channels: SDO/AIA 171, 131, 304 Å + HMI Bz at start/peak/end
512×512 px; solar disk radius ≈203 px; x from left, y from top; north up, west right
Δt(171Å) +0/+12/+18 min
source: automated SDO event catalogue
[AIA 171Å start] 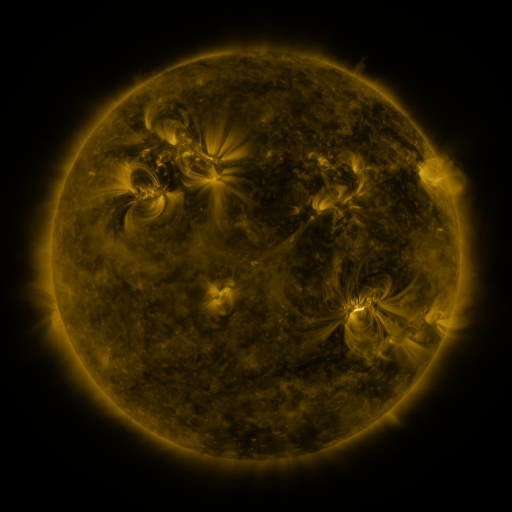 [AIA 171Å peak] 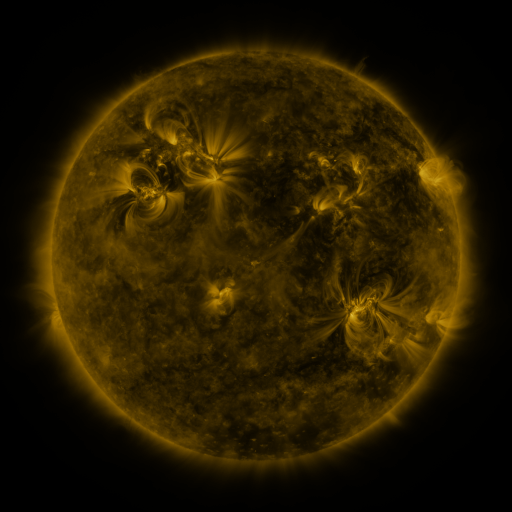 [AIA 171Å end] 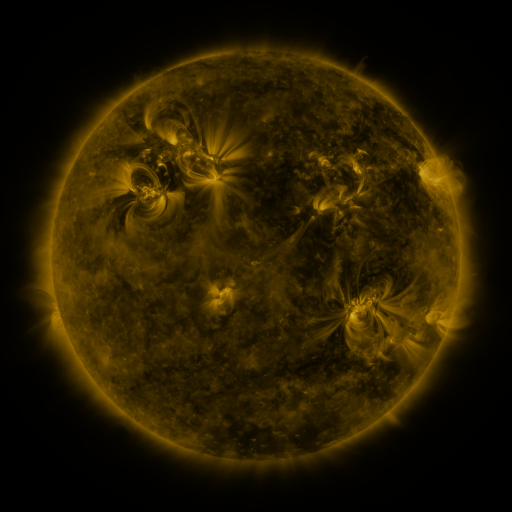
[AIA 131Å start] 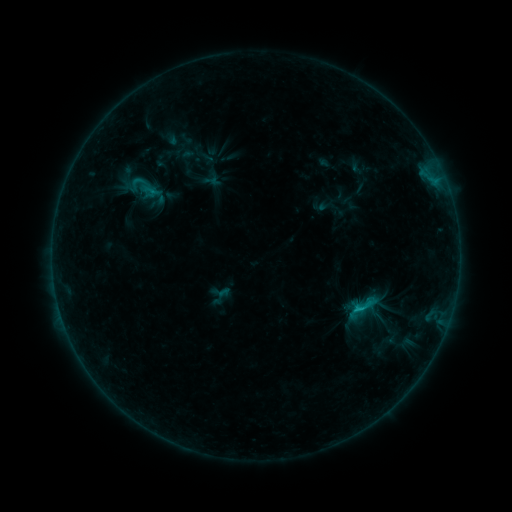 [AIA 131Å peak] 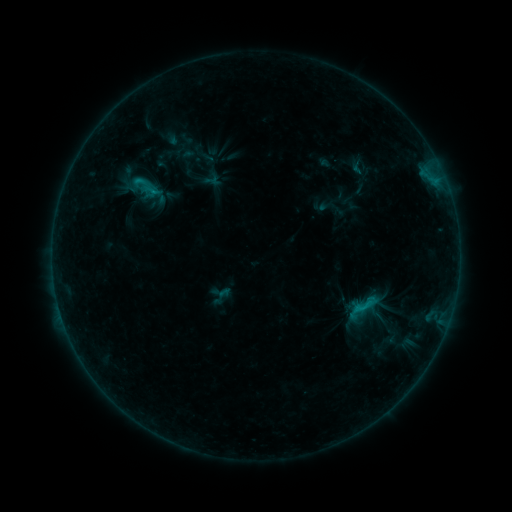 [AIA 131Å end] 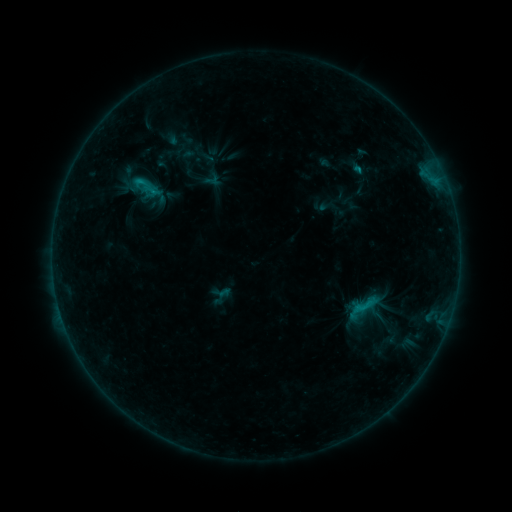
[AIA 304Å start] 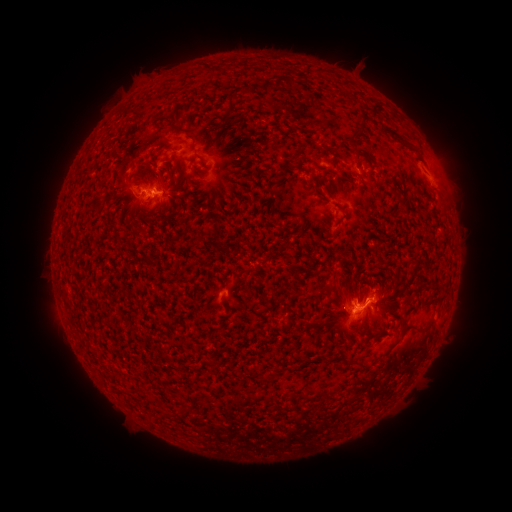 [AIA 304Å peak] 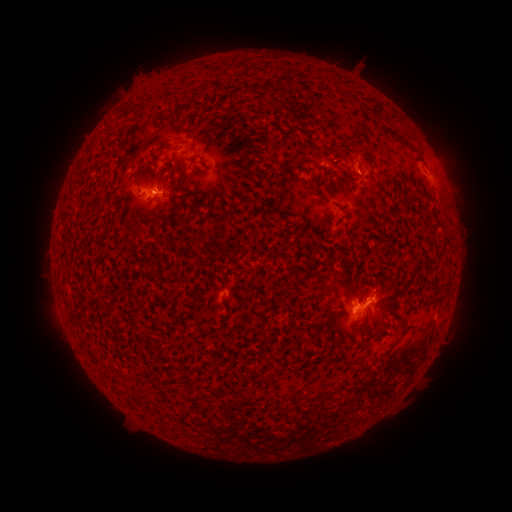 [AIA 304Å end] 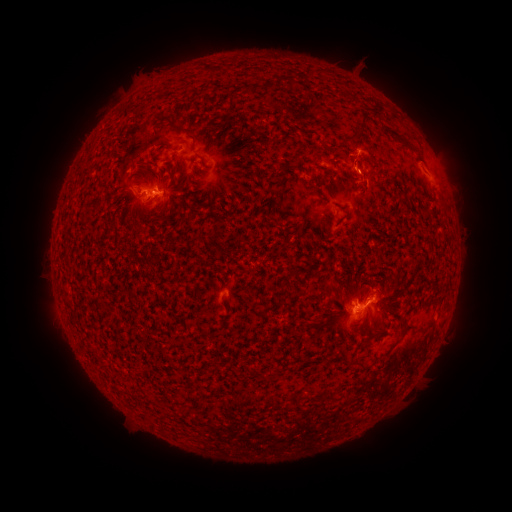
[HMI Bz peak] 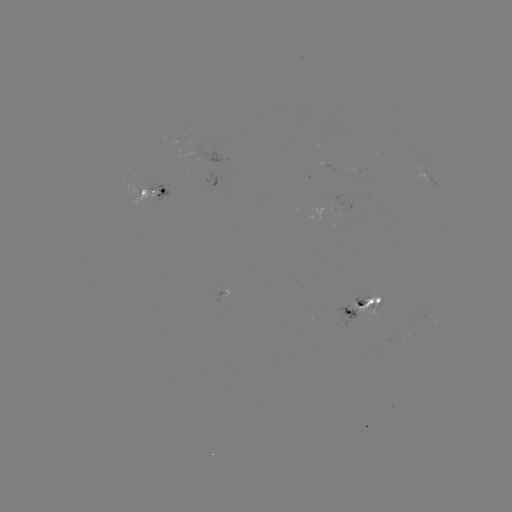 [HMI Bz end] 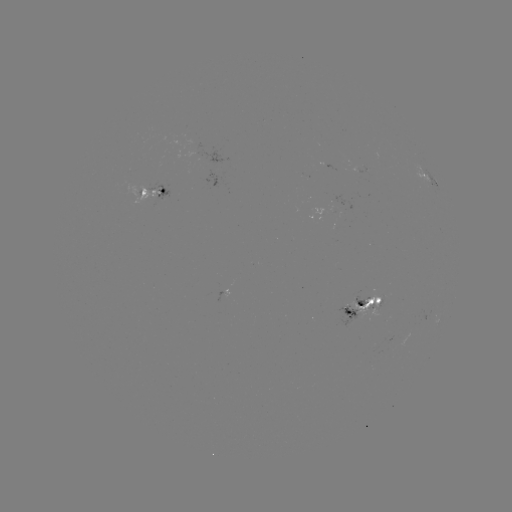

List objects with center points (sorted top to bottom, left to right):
eruption: (364, 162)
